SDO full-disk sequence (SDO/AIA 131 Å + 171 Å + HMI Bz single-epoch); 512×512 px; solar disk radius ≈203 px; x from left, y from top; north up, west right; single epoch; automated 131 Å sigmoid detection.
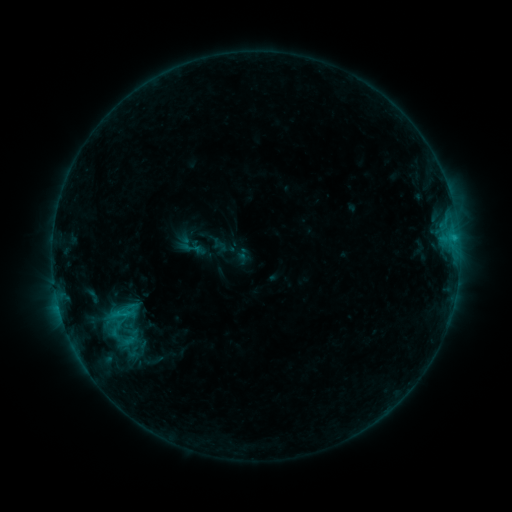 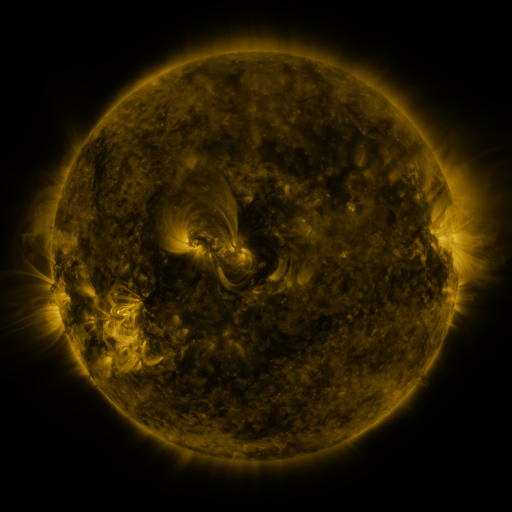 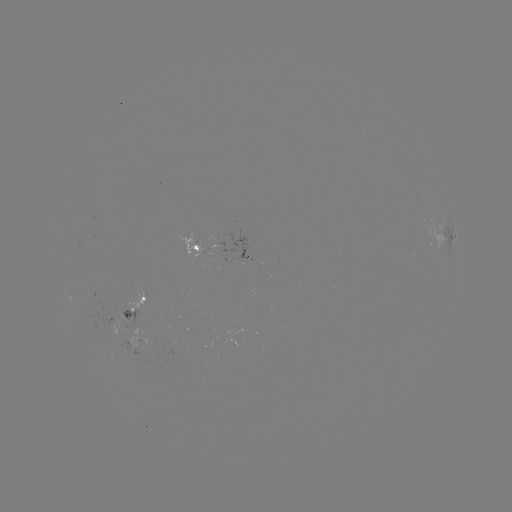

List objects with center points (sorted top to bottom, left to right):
sigmoid: (180, 236, 202, 259)
